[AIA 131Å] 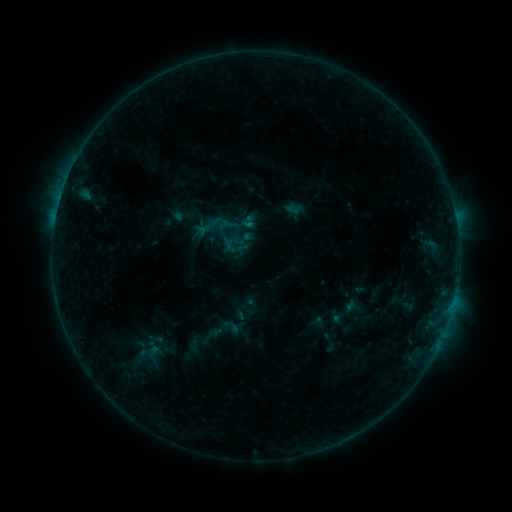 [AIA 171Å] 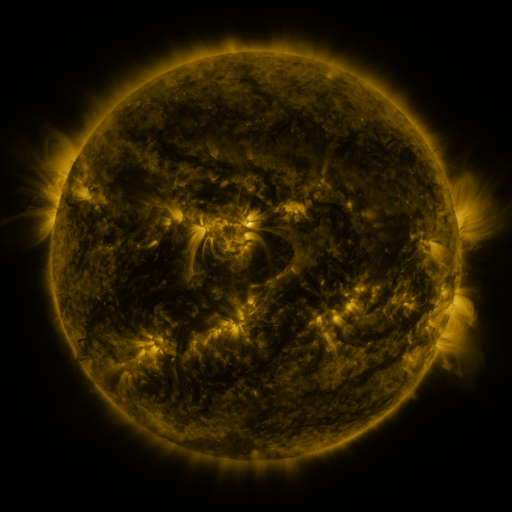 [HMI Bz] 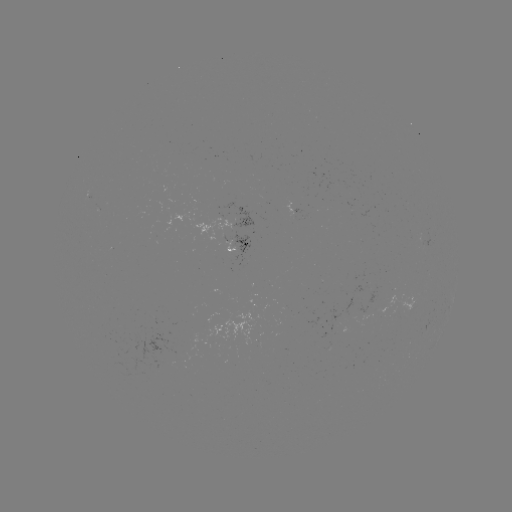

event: sigmoid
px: (249, 222)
